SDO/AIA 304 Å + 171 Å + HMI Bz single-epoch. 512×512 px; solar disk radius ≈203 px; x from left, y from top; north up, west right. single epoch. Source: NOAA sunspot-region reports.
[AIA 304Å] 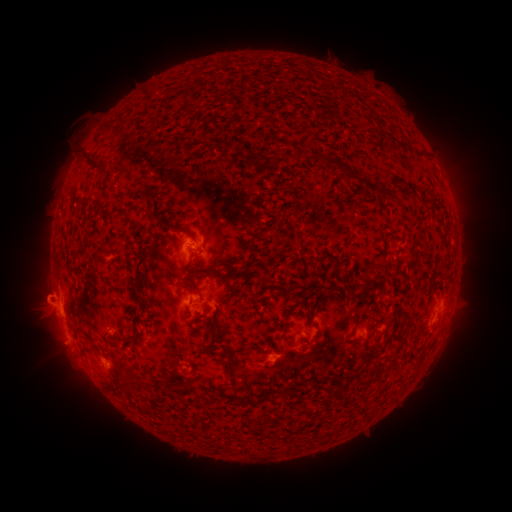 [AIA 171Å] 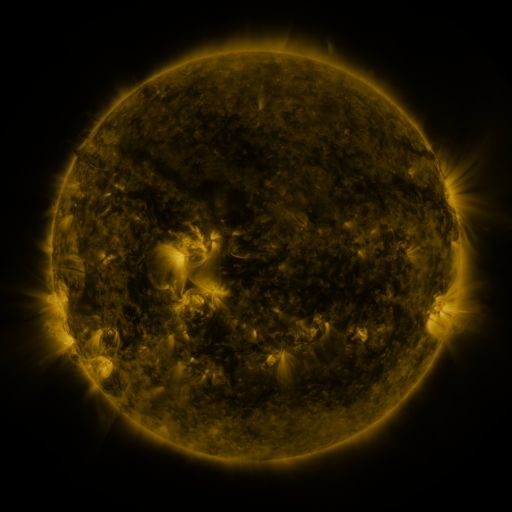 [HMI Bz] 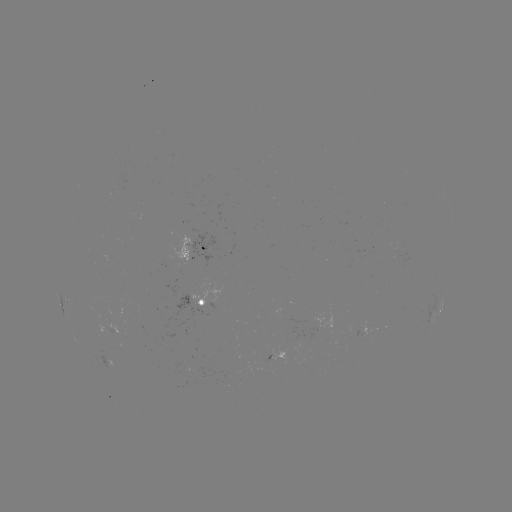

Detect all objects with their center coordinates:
spotted active region: (193, 249)
spotted active region: (207, 306)
spotted active region: (438, 310)
spotted active region: (374, 325)
